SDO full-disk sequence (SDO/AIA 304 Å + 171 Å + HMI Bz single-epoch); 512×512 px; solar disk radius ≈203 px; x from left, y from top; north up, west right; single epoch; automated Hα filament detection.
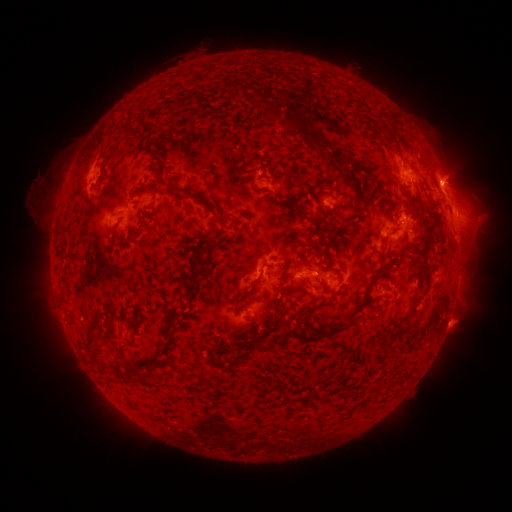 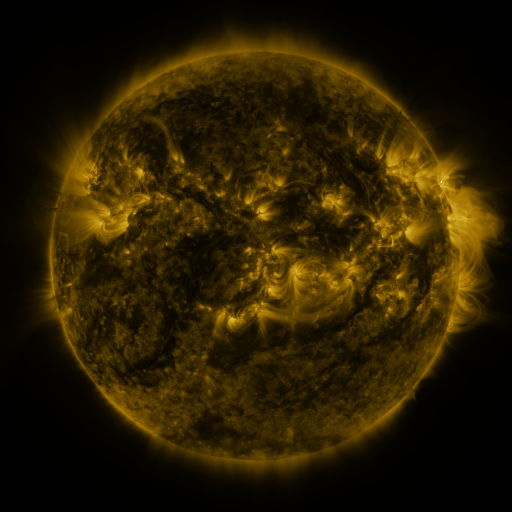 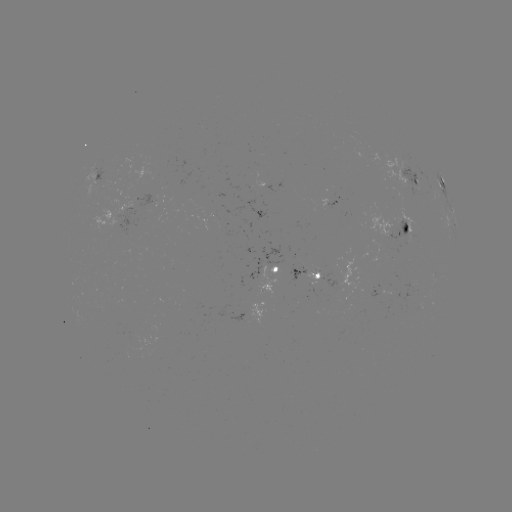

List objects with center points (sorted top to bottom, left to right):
filament: [225, 57, 252, 70]
filament: [261, 57, 291, 71]
filament: [182, 63, 215, 82]
filament: [74, 74, 178, 179]
filament: [256, 92, 267, 100]
filament: [245, 96, 264, 112]
filament: [263, 107, 322, 152]
filament: [385, 111, 395, 121]
filament: [387, 140, 397, 149]
filament: [95, 166, 107, 190]
filament: [156, 171, 211, 209]
filament: [249, 183, 268, 193]
filament: [293, 203, 311, 221]
filament: [217, 218, 228, 231]
filament: [402, 222, 410, 232]
filament: [132, 228, 141, 239]
filament: [197, 244, 214, 263]
filament: [57, 248, 66, 261]
filament: [189, 273, 198, 287]
filament: [250, 276, 261, 290]
filament: [303, 299, 335, 314]
filament: [275, 301, 281, 313]
filament: [308, 314, 357, 339]
filament: [117, 341, 133, 371]
filament: [137, 367, 155, 383]
